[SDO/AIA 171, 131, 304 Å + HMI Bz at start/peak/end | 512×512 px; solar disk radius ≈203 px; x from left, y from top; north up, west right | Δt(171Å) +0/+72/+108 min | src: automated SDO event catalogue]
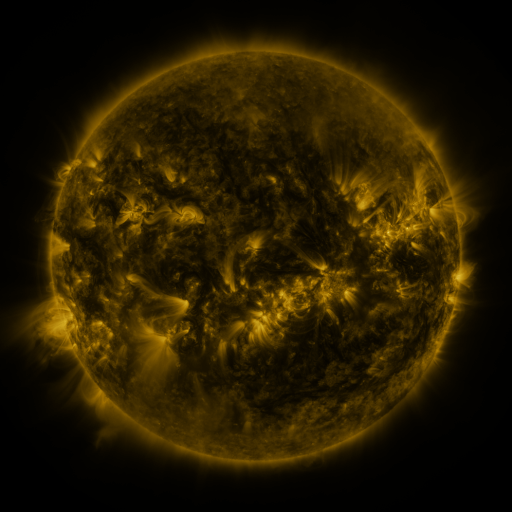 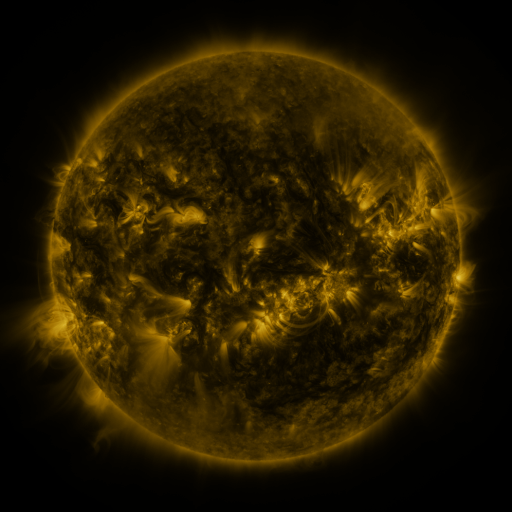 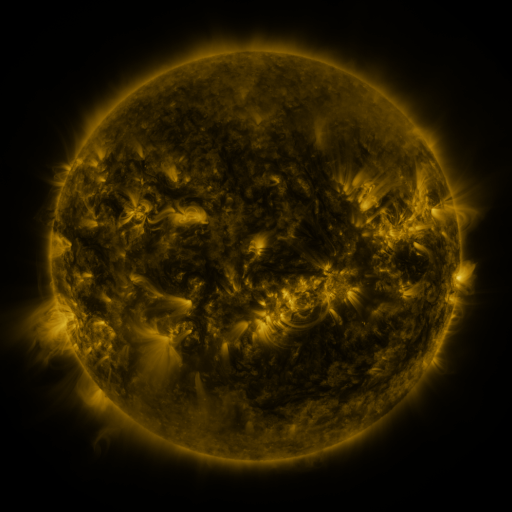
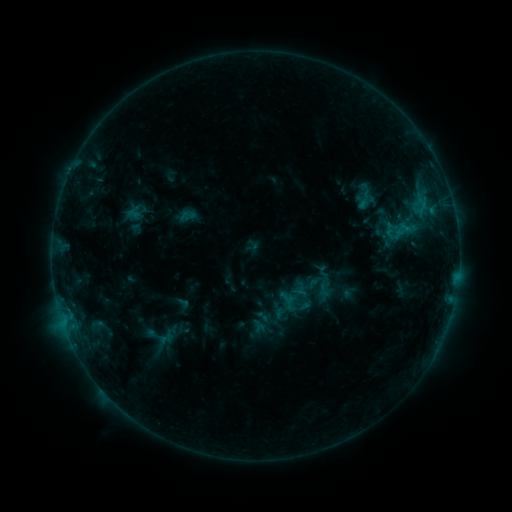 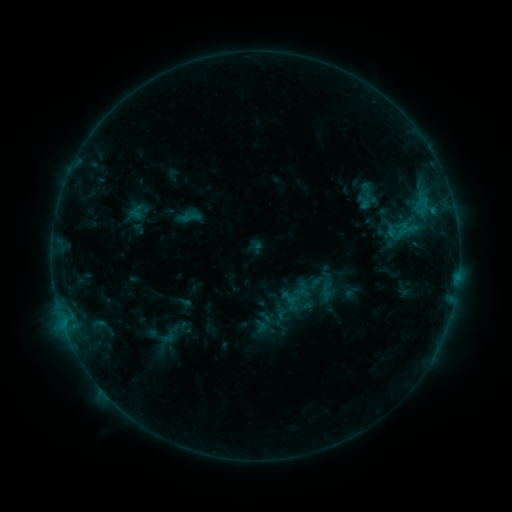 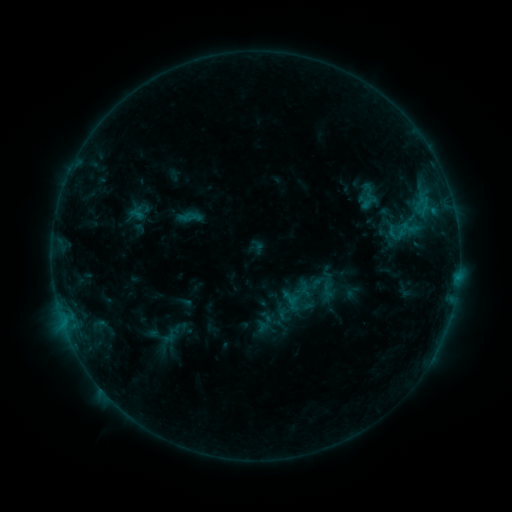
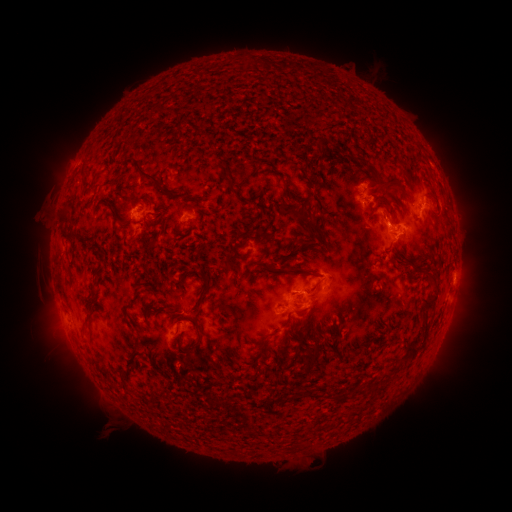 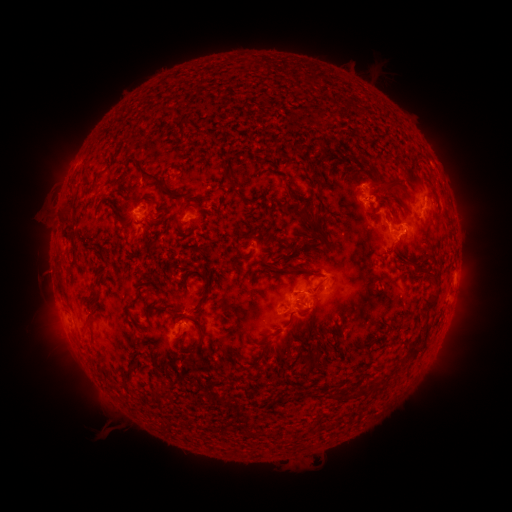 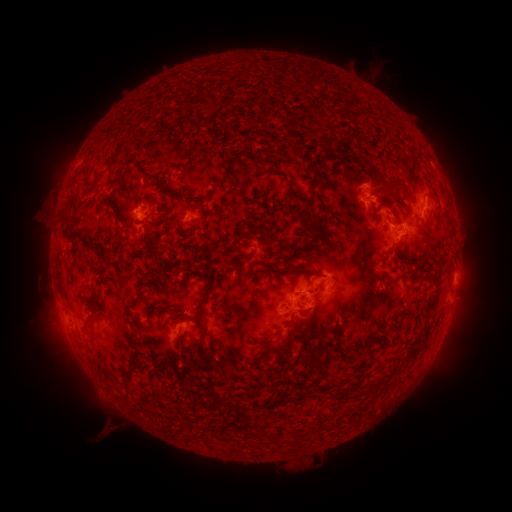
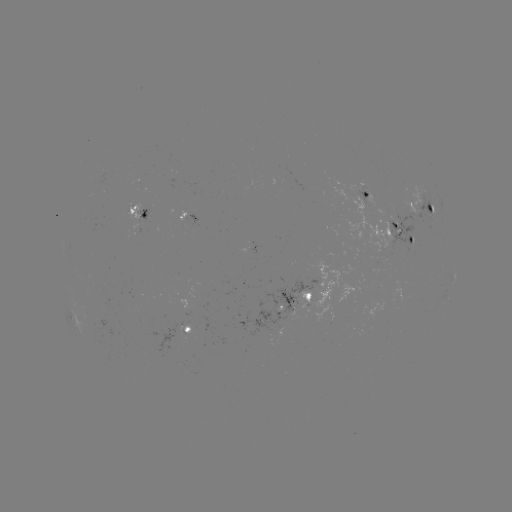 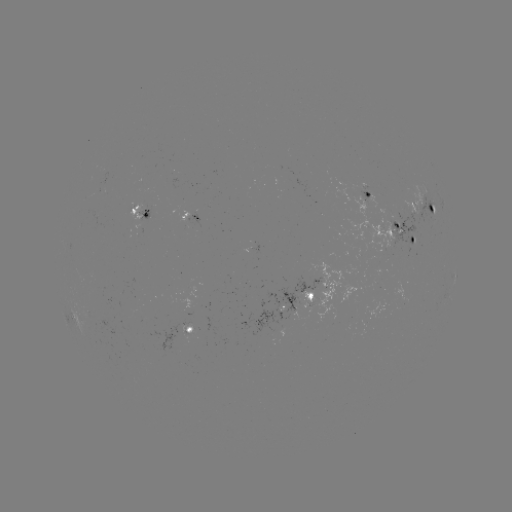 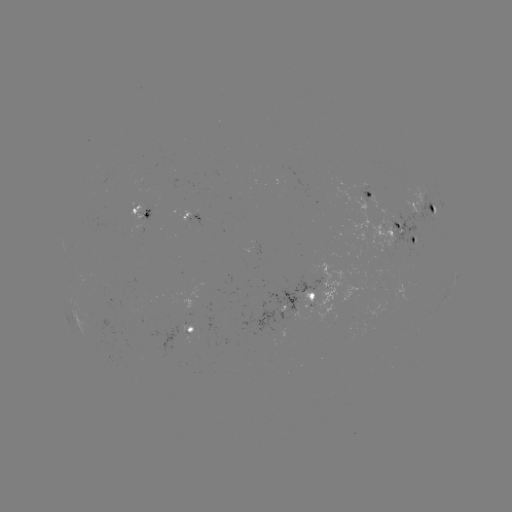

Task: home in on emerging-flux region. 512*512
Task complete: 400,213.